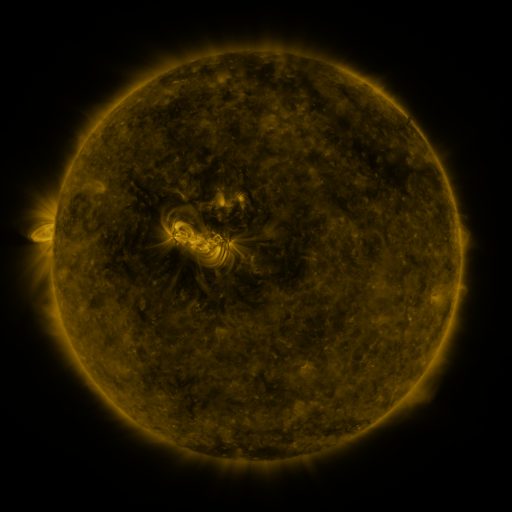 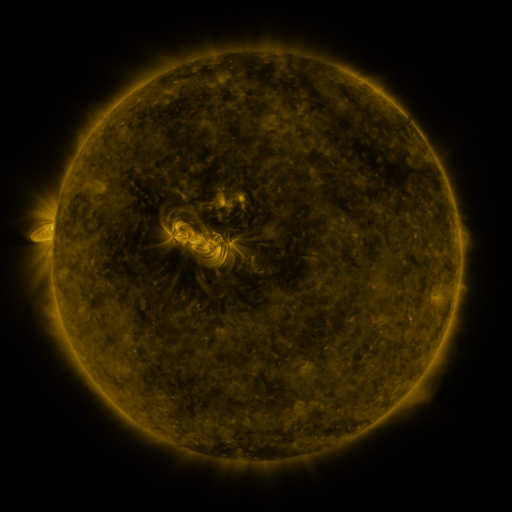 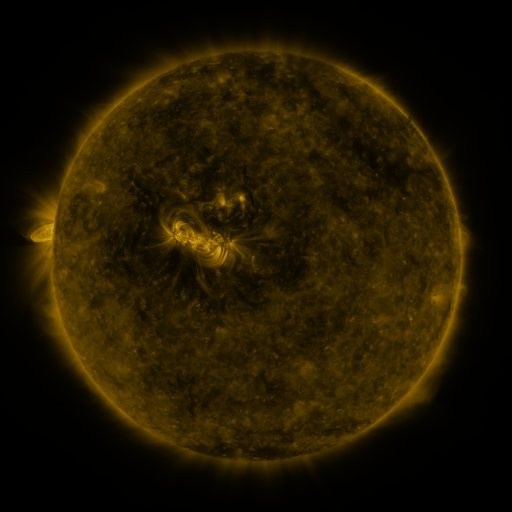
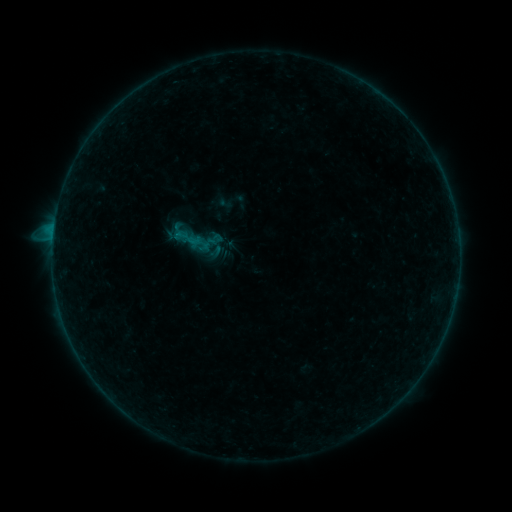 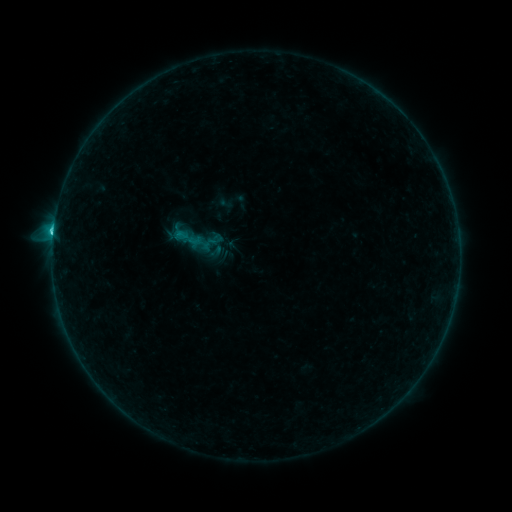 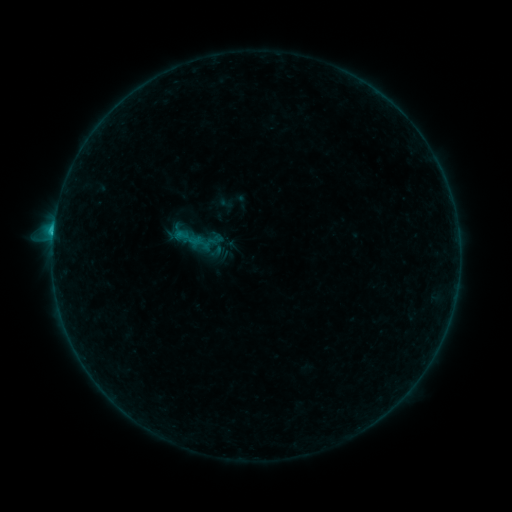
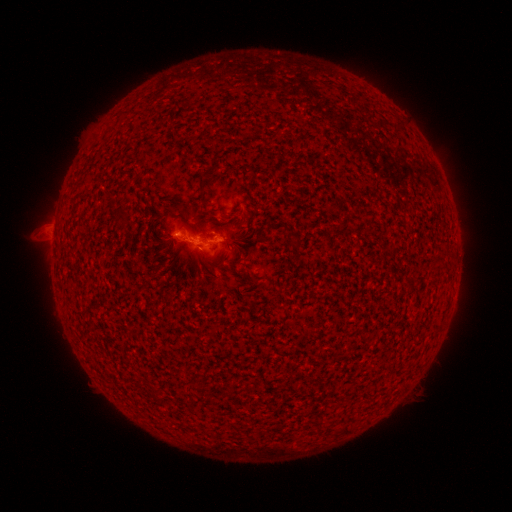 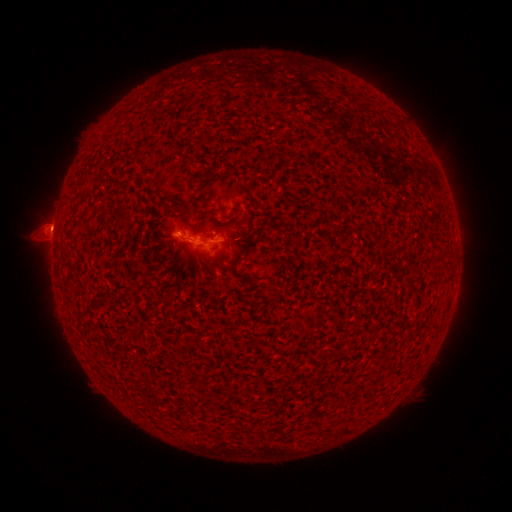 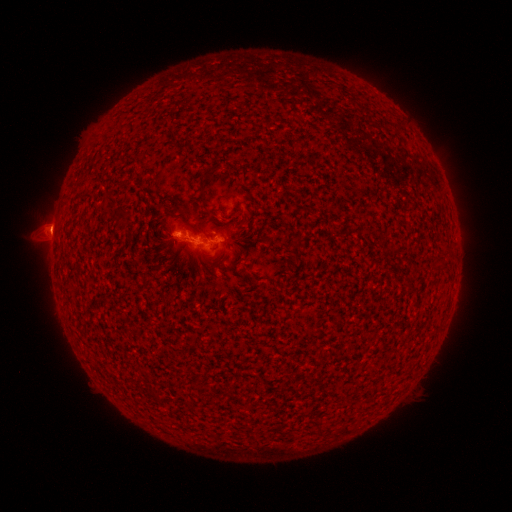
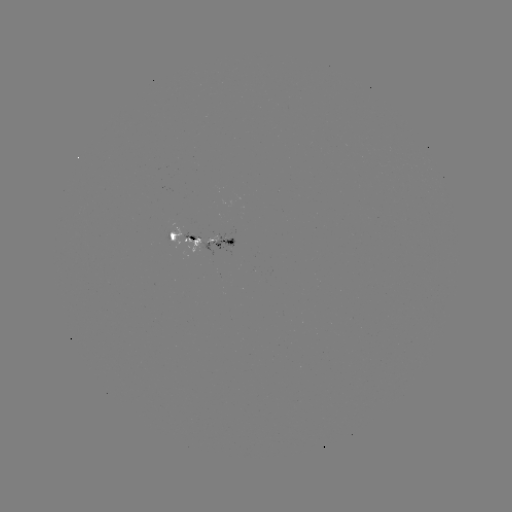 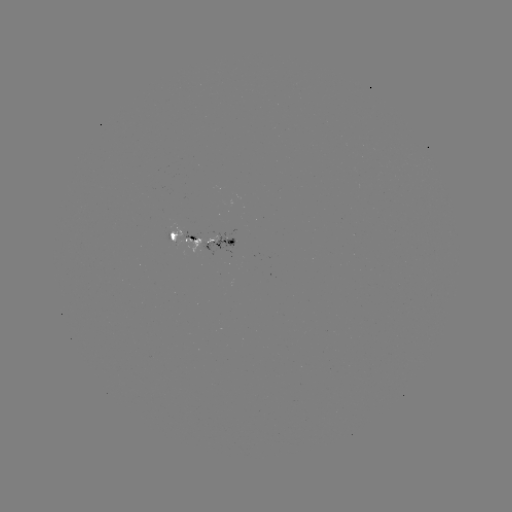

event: flare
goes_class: C1.7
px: (53, 235)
